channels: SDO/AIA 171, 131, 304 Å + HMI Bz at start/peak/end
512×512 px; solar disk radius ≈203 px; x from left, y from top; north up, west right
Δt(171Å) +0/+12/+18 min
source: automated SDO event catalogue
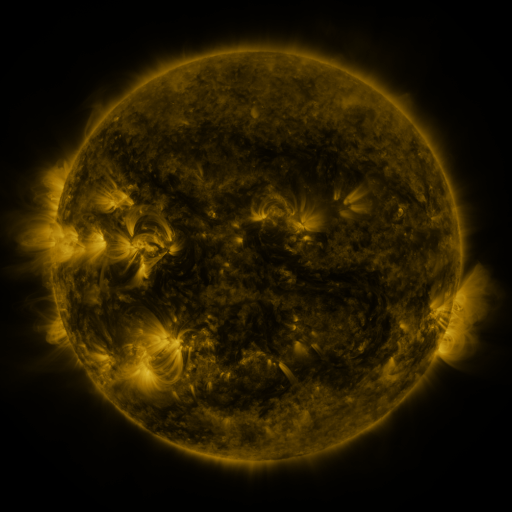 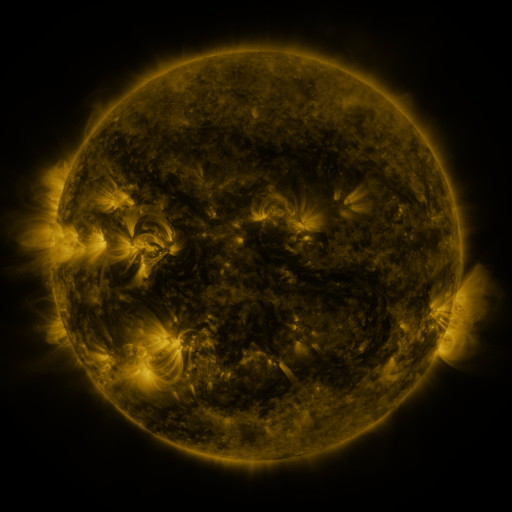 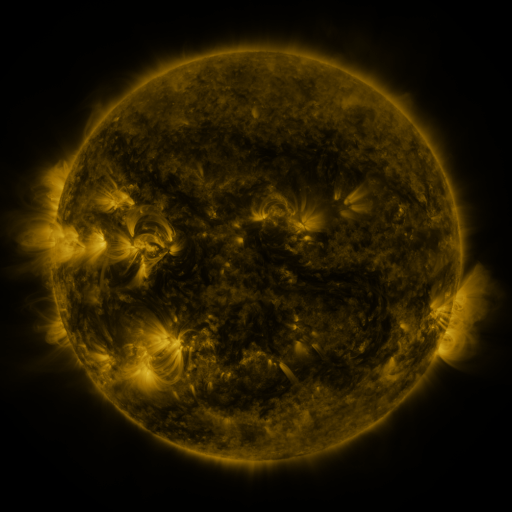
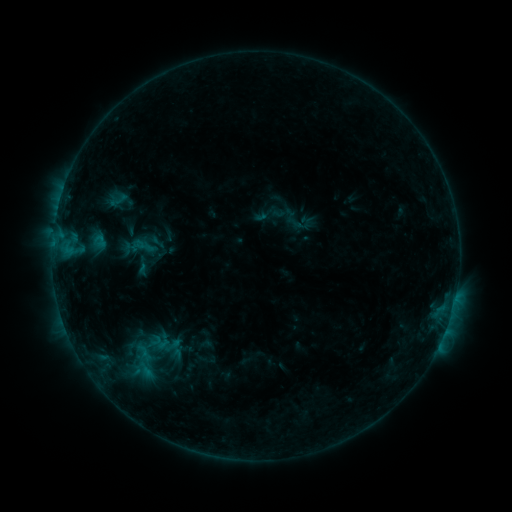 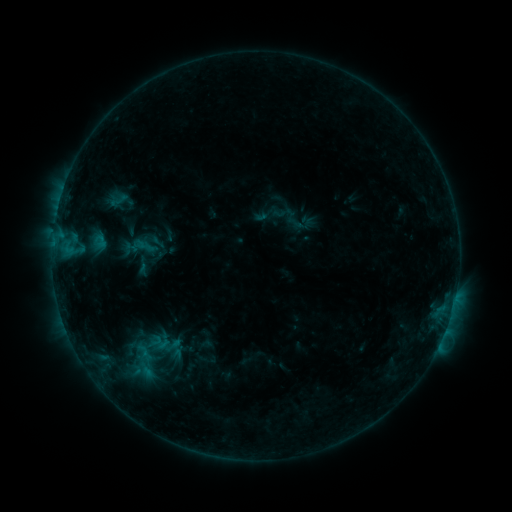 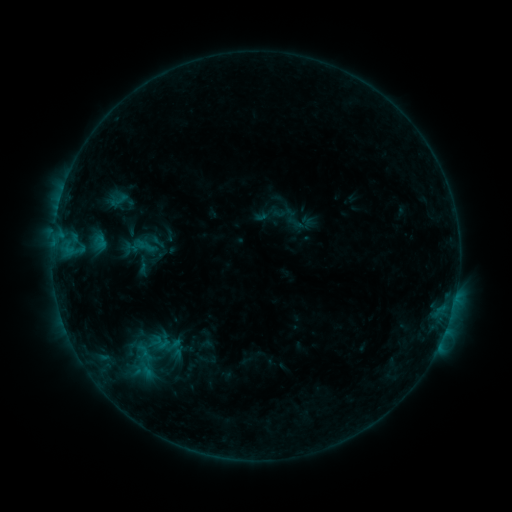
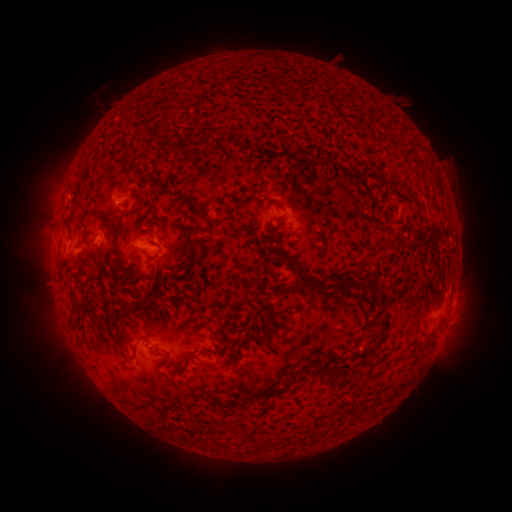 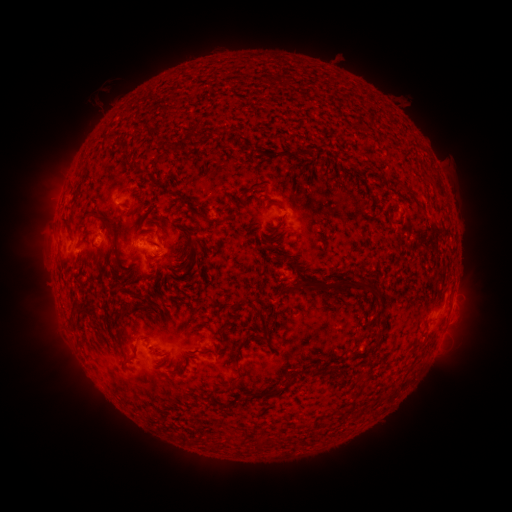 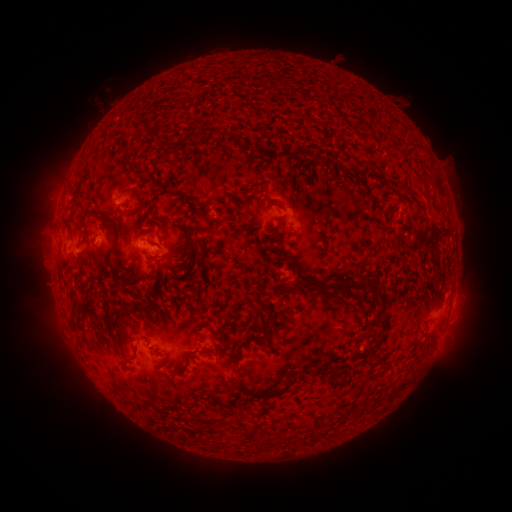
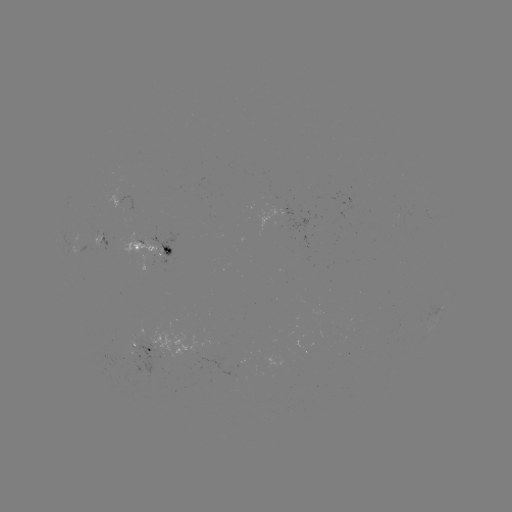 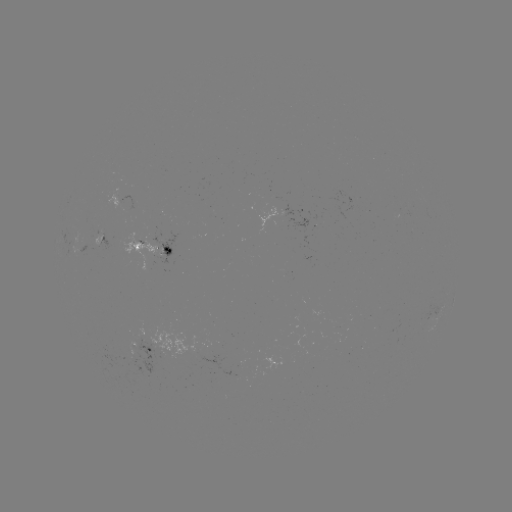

no classed flare was catalogued and no EUV brightening was flagged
